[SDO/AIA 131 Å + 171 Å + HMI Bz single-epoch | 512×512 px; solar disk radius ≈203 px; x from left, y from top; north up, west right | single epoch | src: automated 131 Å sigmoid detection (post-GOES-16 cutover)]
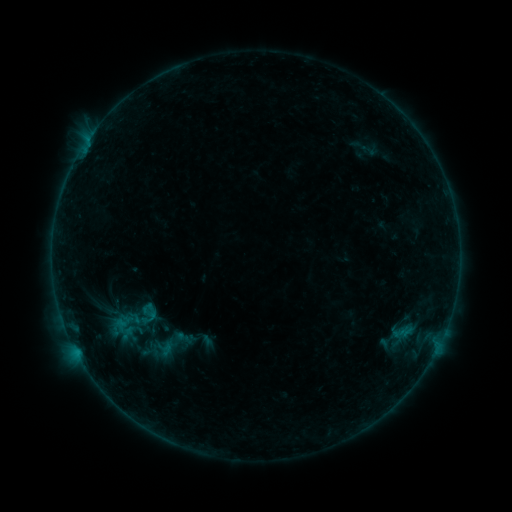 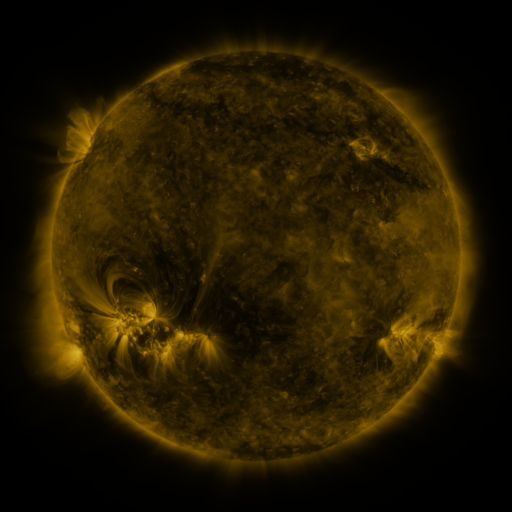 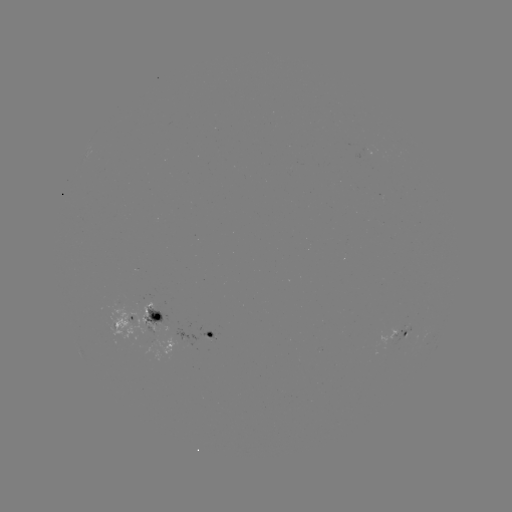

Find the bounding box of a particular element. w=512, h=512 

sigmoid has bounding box [97, 298, 163, 346].